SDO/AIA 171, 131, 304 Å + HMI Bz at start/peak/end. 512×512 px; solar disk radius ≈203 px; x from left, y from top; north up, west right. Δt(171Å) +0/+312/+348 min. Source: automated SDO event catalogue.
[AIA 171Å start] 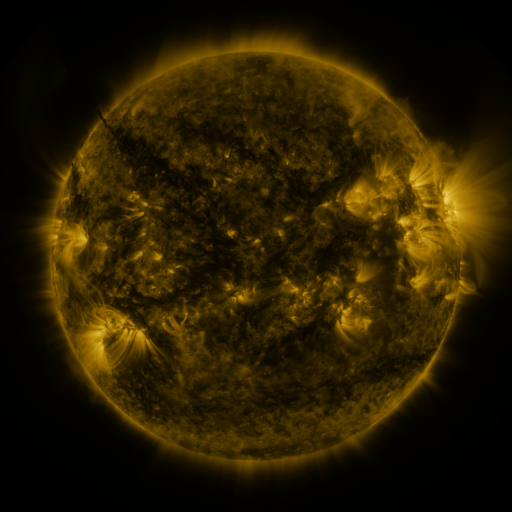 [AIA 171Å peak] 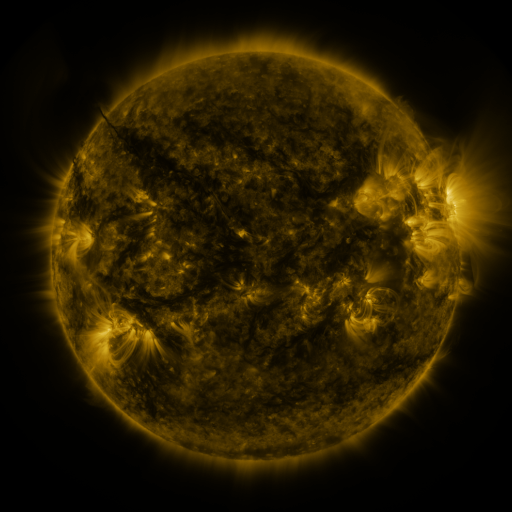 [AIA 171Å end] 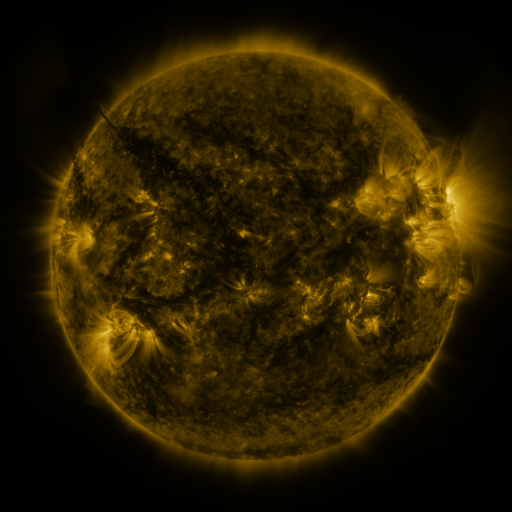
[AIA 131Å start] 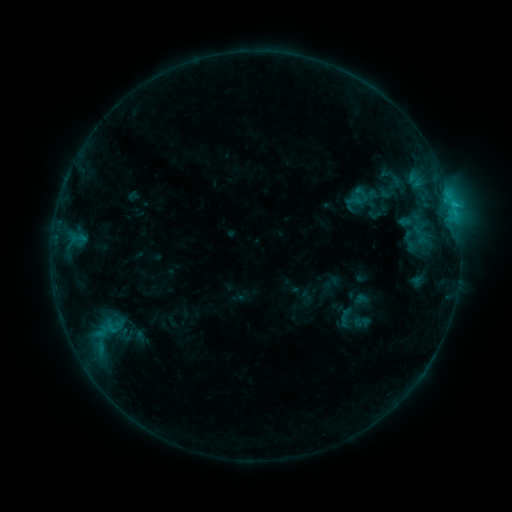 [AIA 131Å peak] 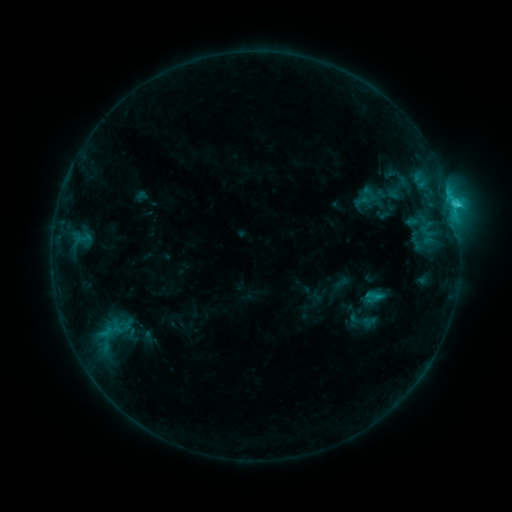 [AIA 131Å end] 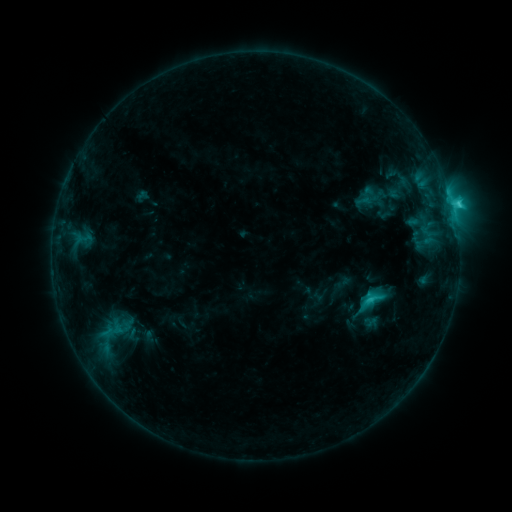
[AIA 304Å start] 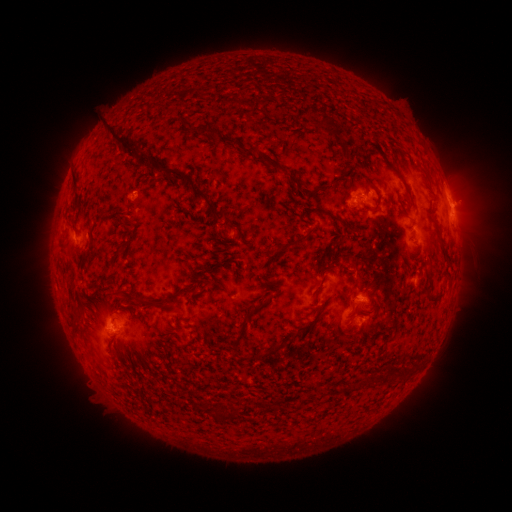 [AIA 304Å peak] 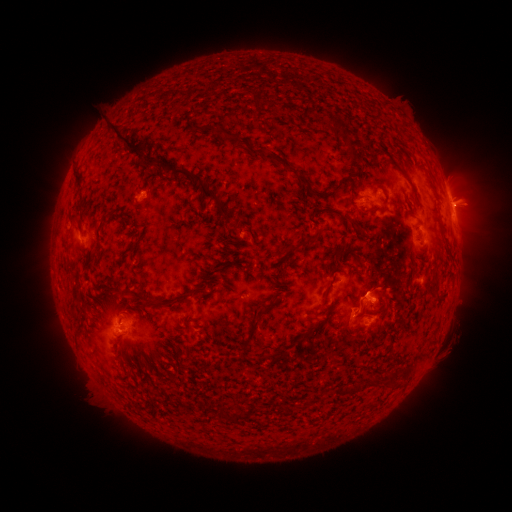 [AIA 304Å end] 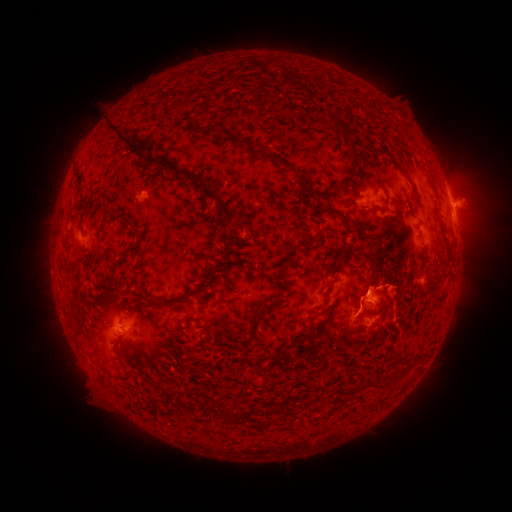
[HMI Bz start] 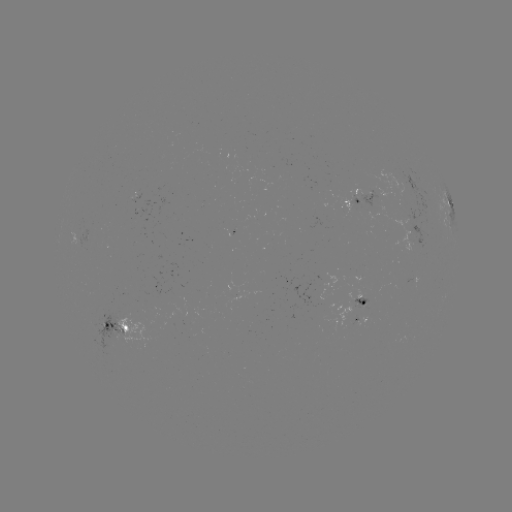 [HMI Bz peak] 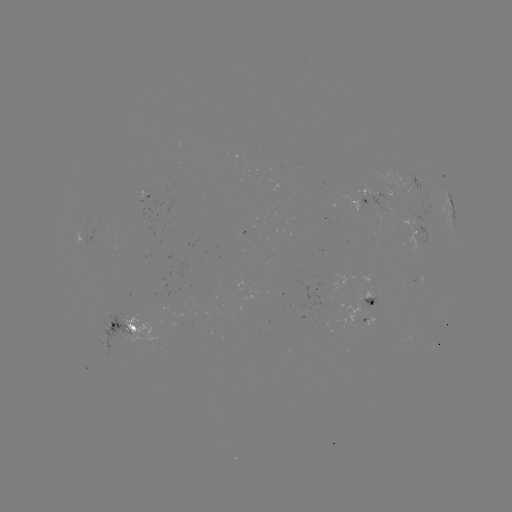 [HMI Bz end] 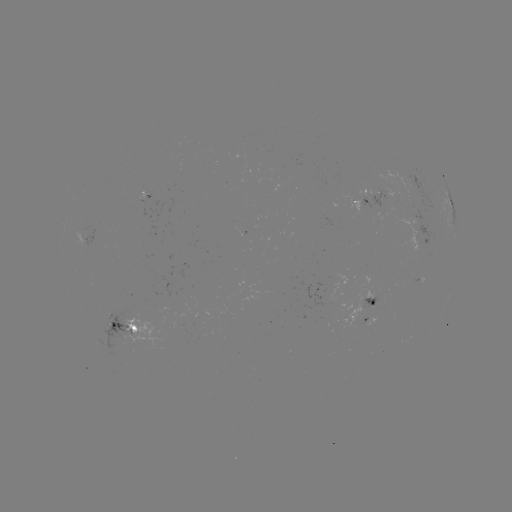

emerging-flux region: [137, 190, 148, 198]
